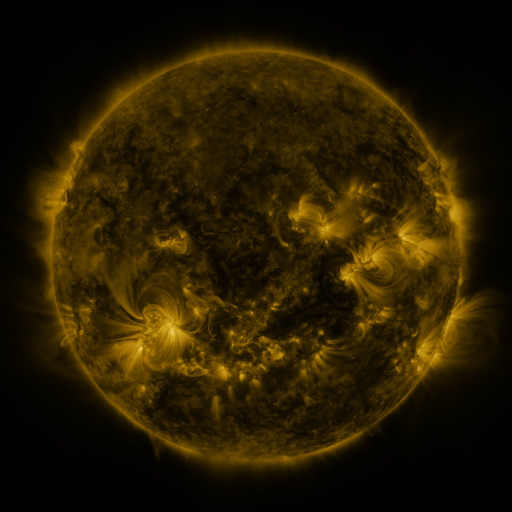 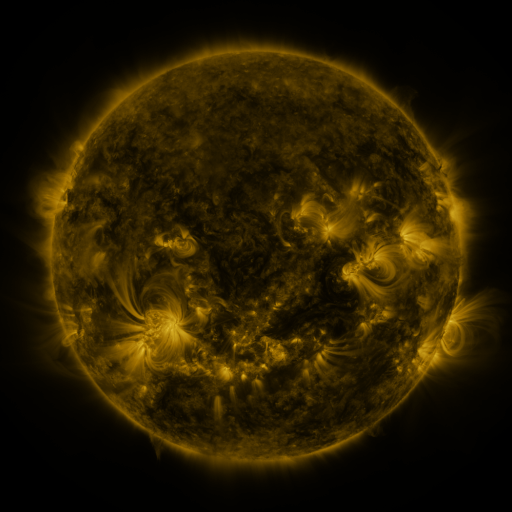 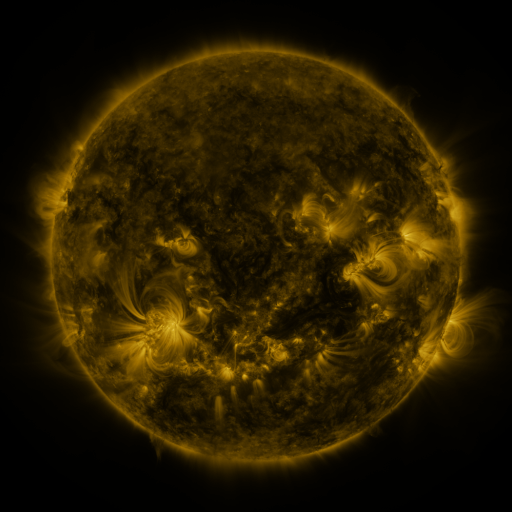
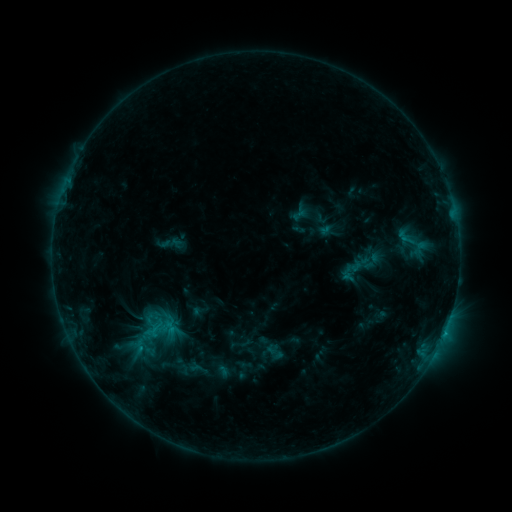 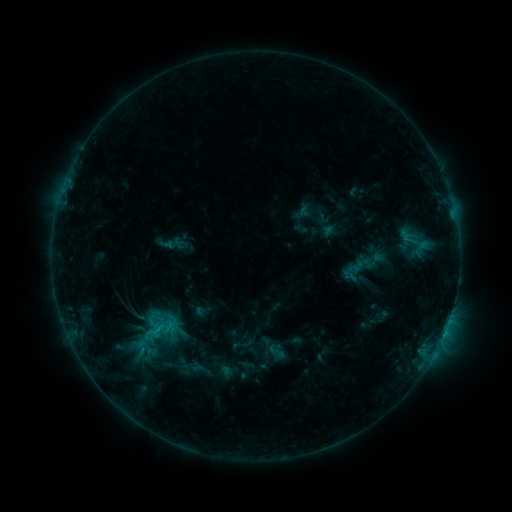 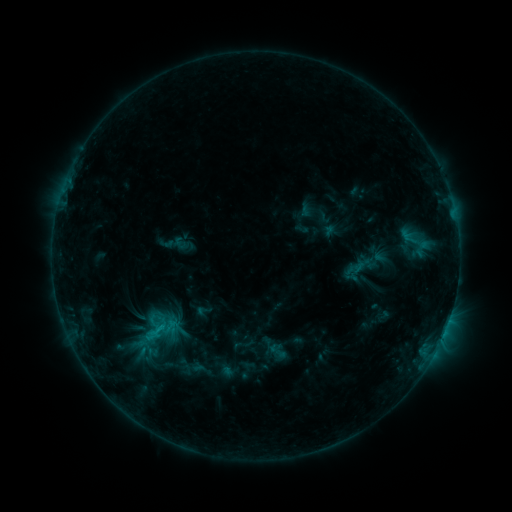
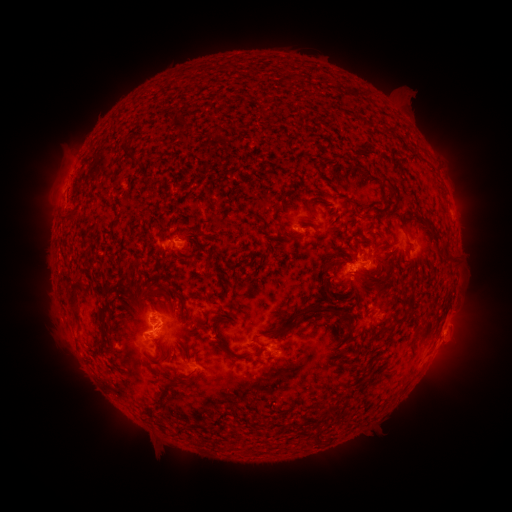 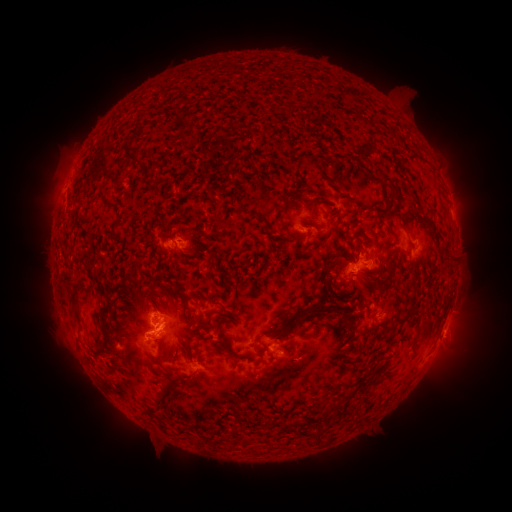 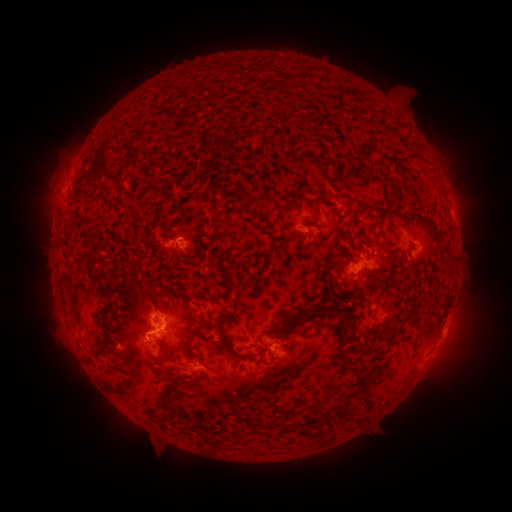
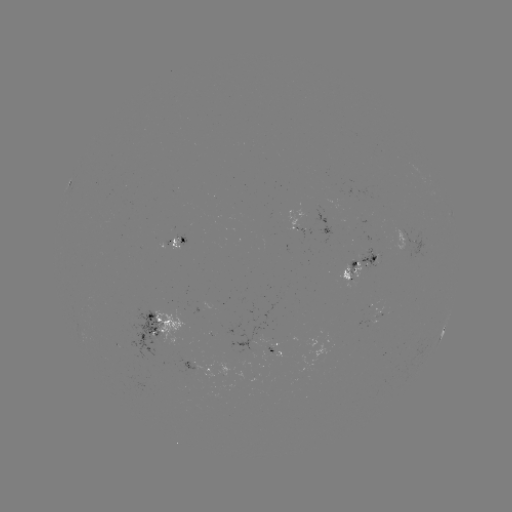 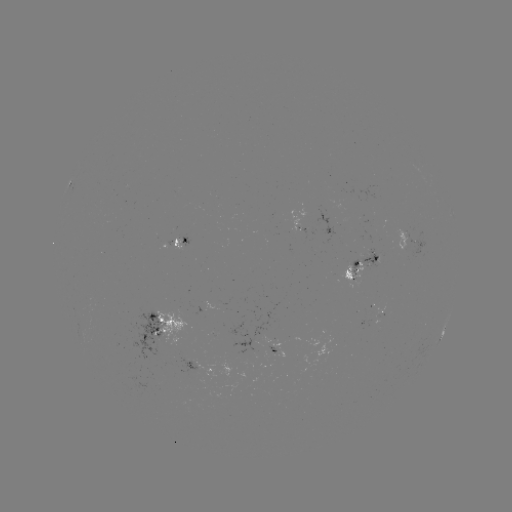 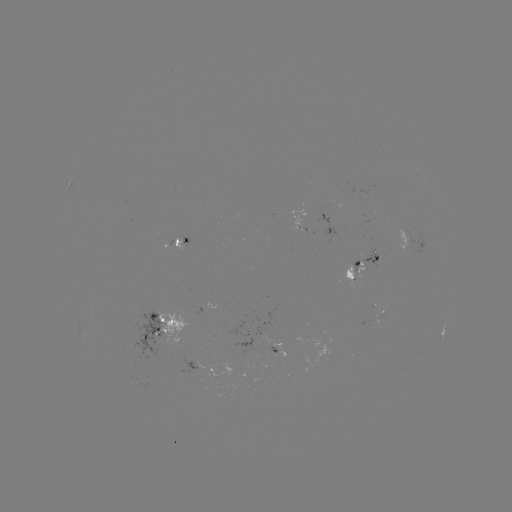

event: emerging-flux region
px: (375, 310)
